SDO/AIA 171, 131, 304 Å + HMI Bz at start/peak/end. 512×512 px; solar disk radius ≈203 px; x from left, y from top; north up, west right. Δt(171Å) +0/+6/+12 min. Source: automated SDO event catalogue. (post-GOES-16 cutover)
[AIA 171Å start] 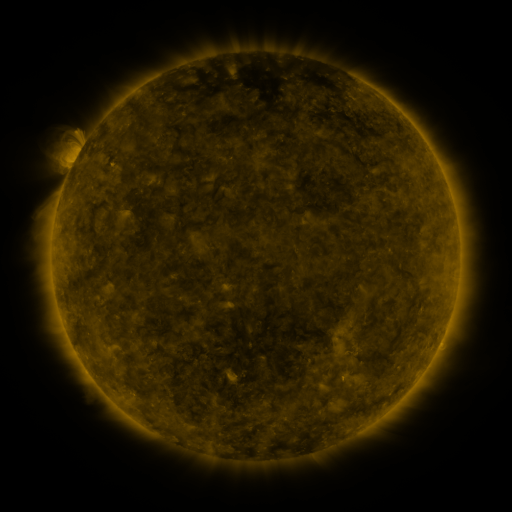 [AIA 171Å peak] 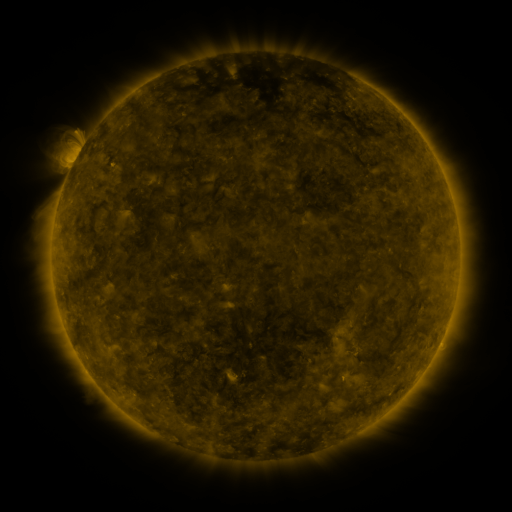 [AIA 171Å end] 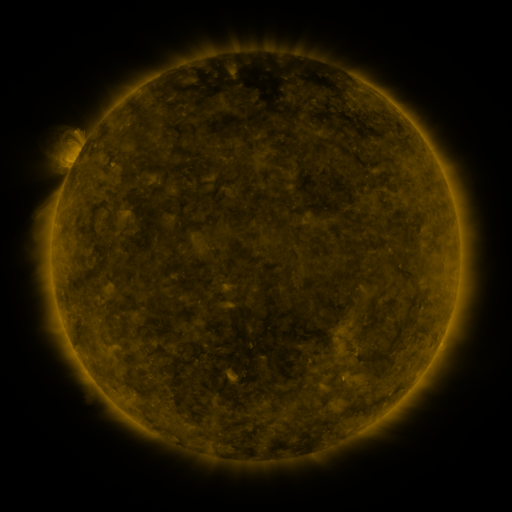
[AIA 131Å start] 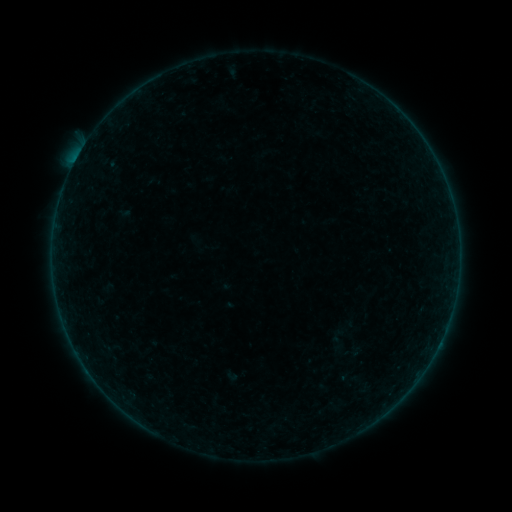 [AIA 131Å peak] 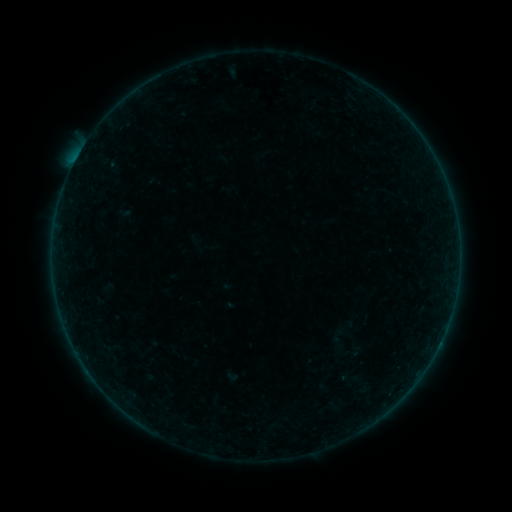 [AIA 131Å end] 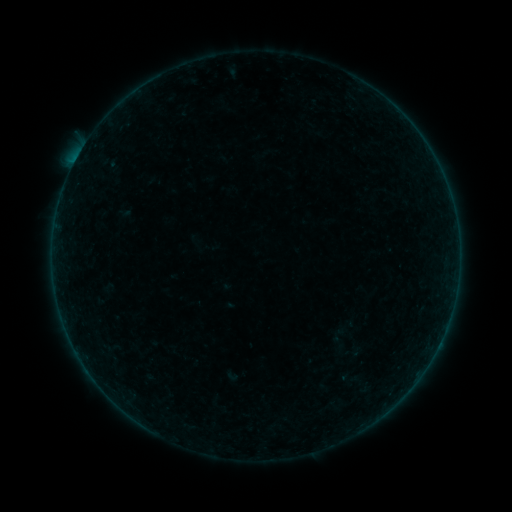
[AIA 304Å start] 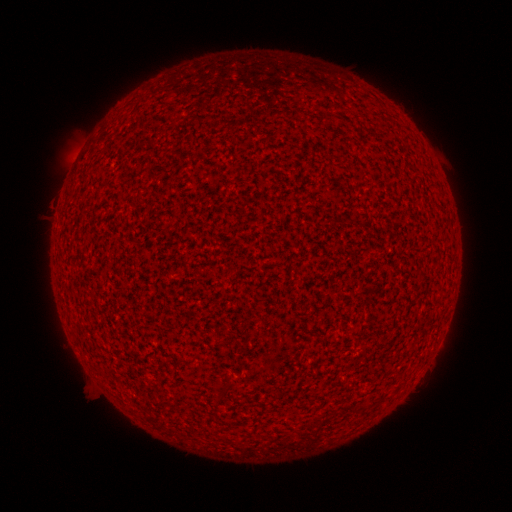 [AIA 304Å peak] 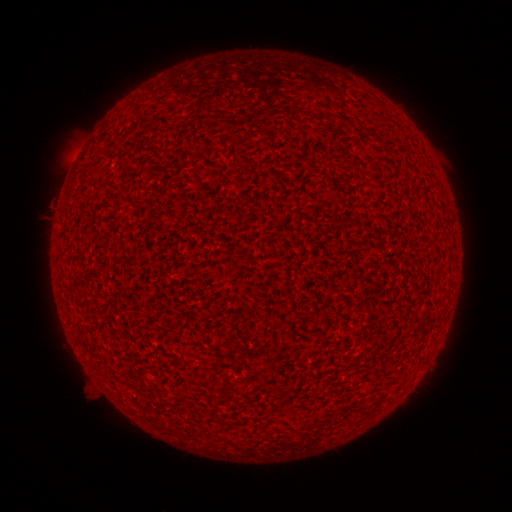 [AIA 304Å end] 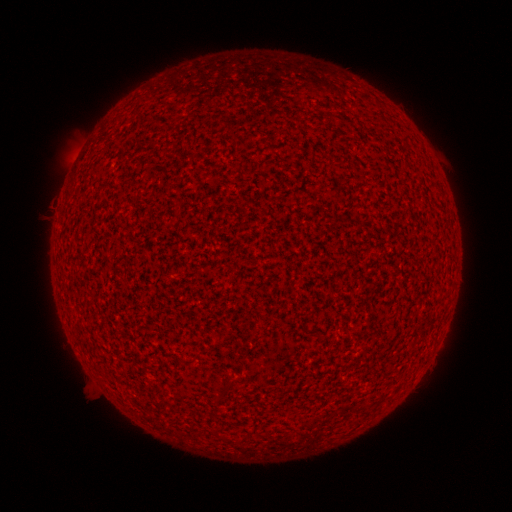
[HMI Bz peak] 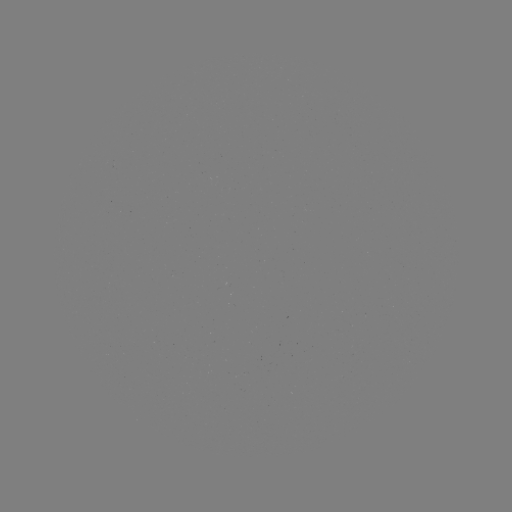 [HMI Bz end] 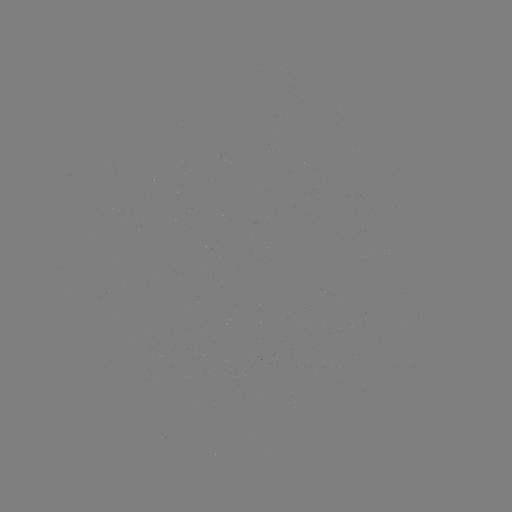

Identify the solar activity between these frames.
A6.3 flare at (76, 162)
